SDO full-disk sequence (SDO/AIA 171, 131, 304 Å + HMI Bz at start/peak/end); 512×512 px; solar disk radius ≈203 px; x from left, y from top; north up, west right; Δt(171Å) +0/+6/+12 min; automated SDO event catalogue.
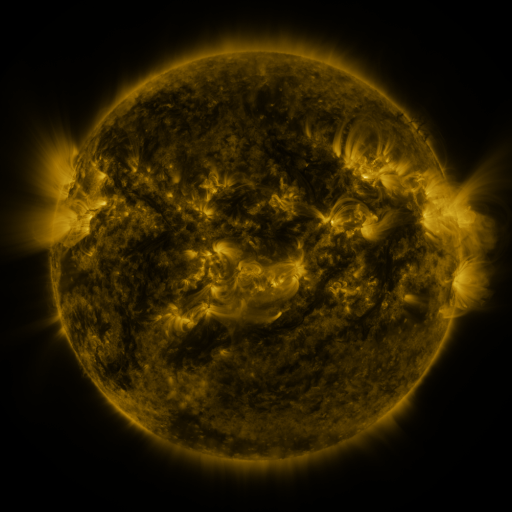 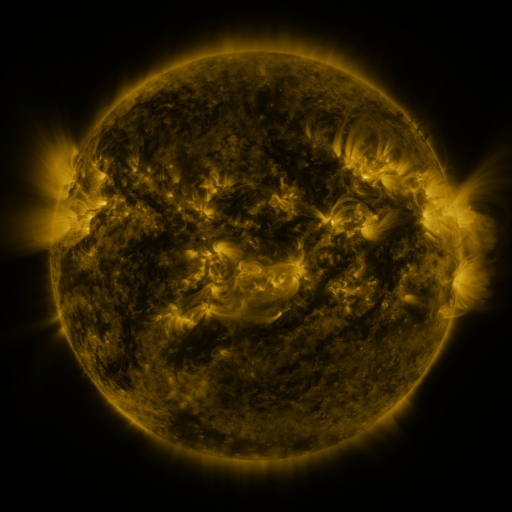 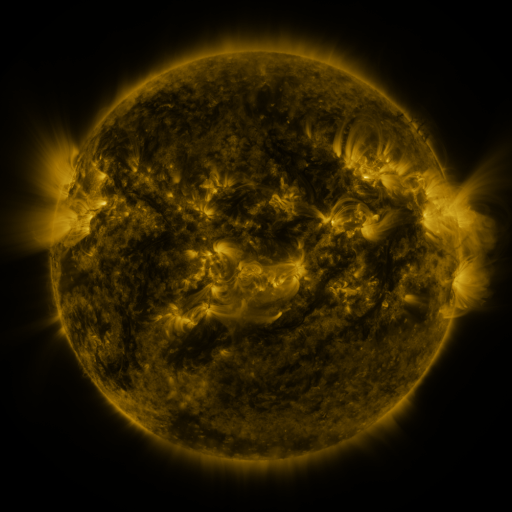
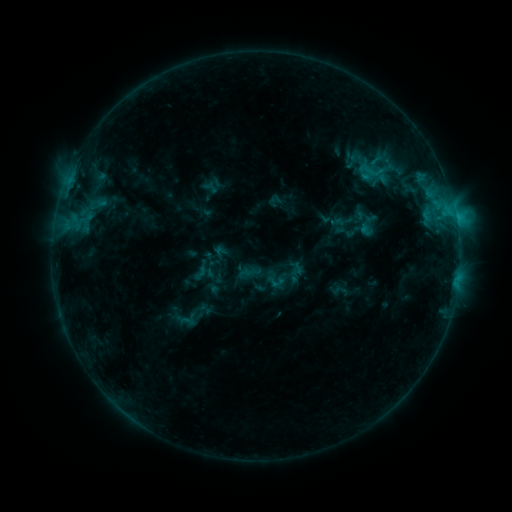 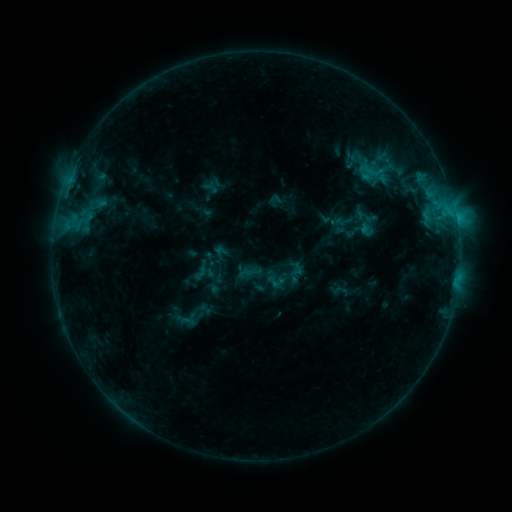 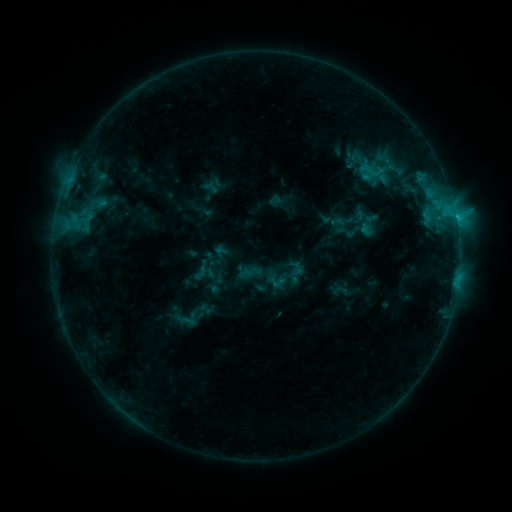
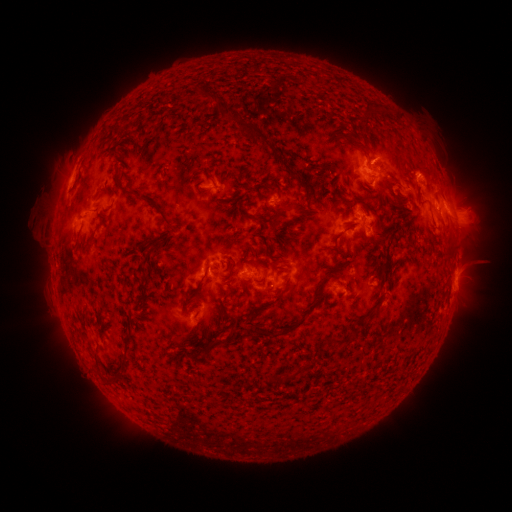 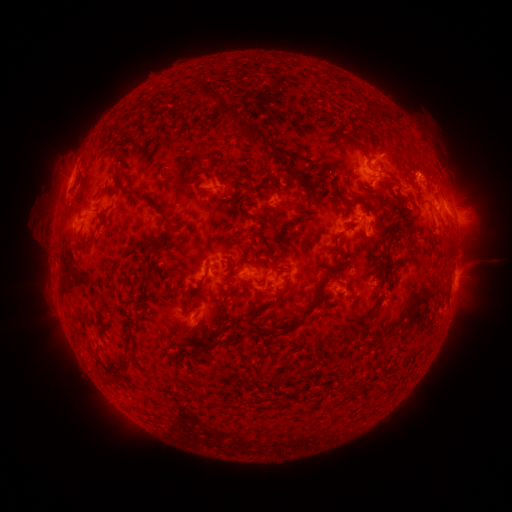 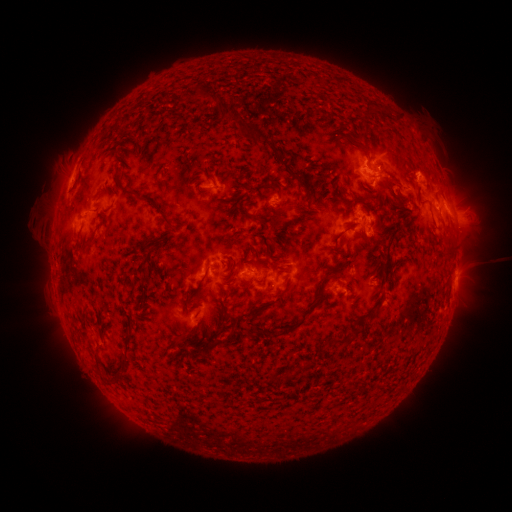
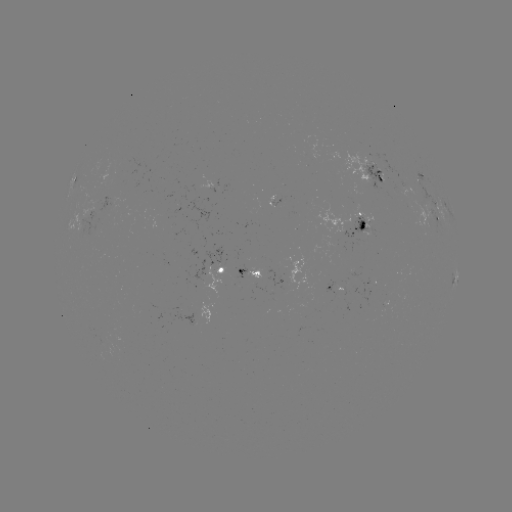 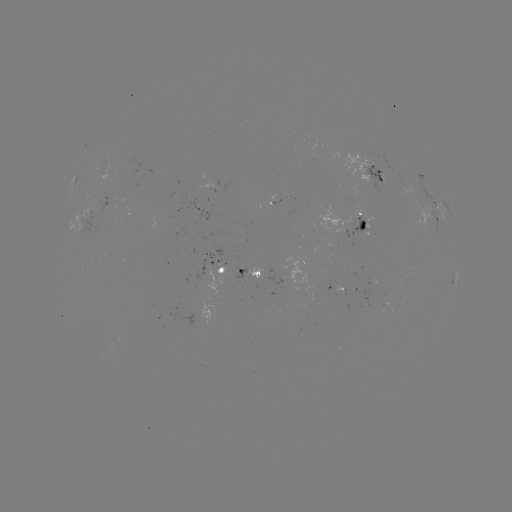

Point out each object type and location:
C1.4 flare: (370, 169)
